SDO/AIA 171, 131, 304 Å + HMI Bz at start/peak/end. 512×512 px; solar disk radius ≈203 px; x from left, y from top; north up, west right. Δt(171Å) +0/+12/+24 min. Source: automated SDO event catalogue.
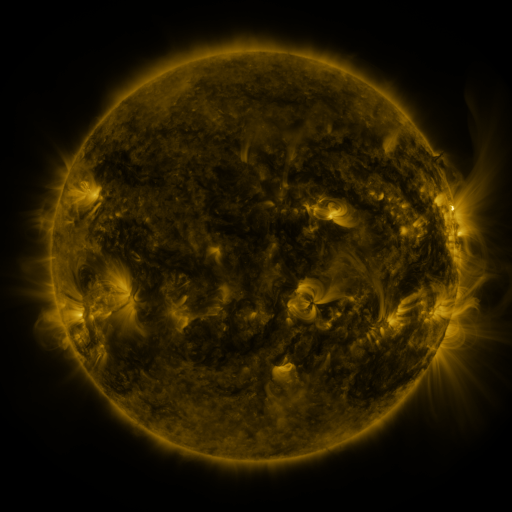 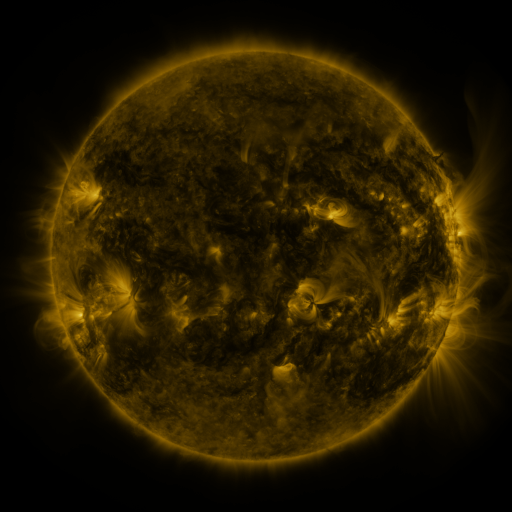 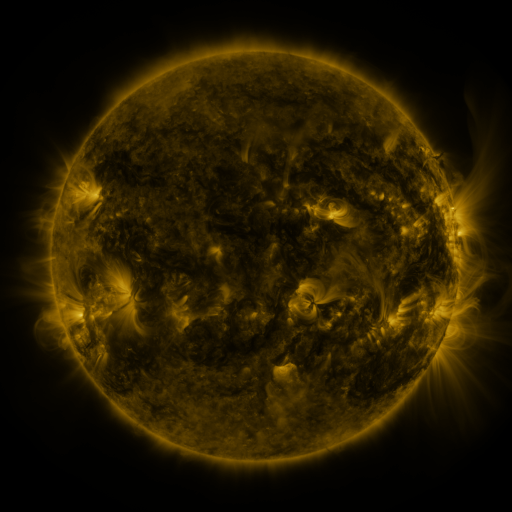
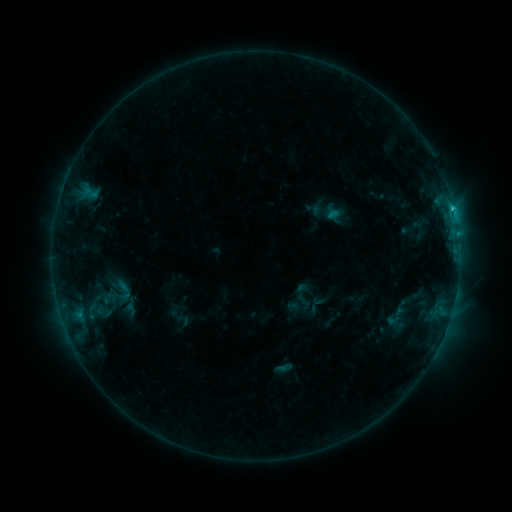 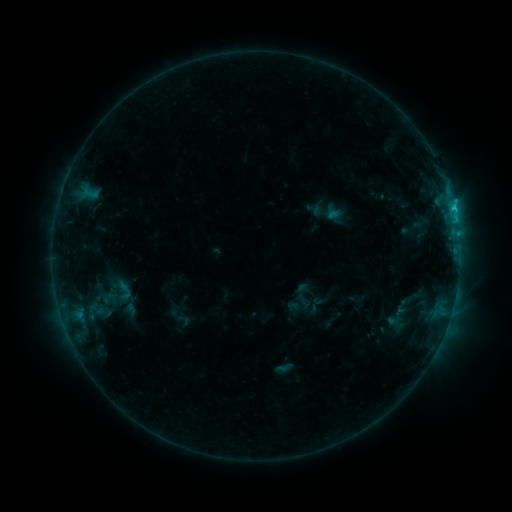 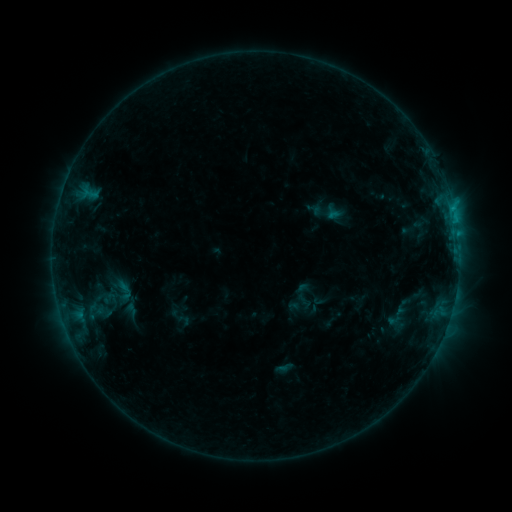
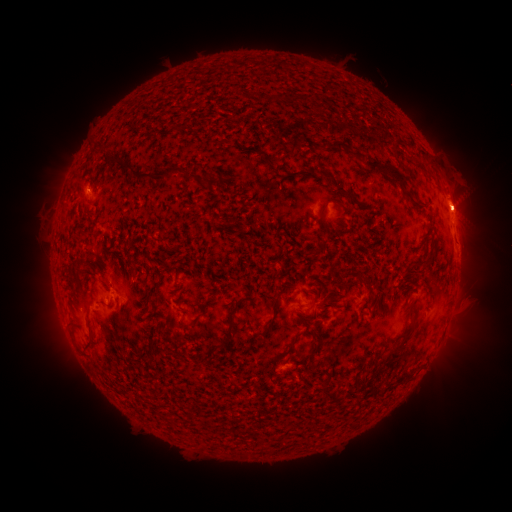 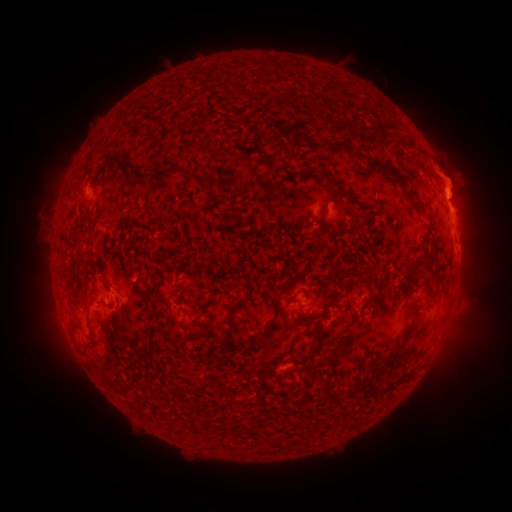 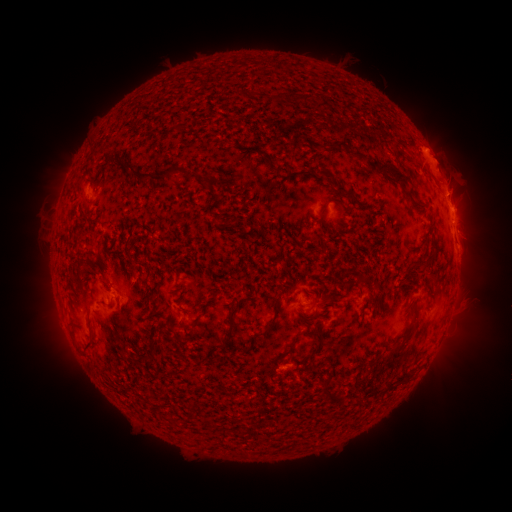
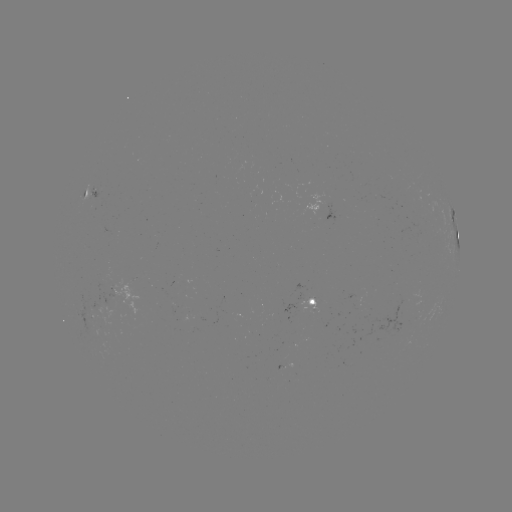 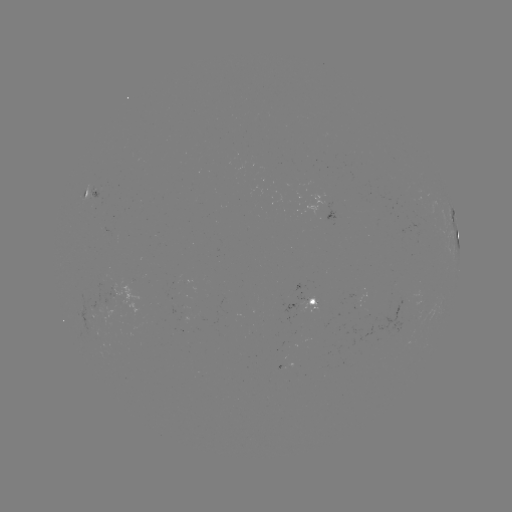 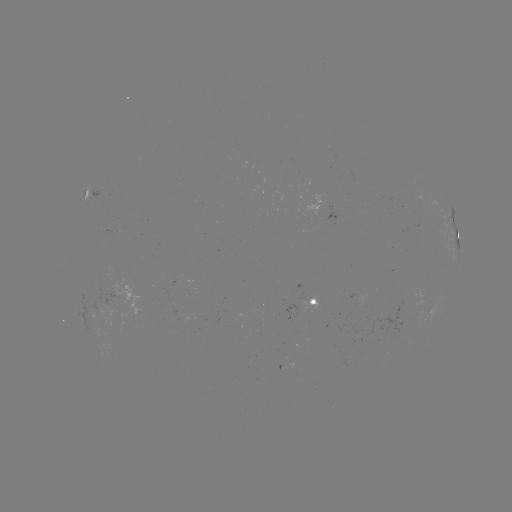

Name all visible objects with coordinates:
eruption: (406, 183)
